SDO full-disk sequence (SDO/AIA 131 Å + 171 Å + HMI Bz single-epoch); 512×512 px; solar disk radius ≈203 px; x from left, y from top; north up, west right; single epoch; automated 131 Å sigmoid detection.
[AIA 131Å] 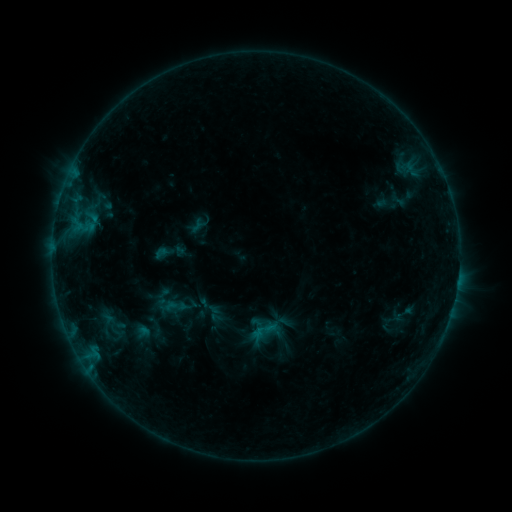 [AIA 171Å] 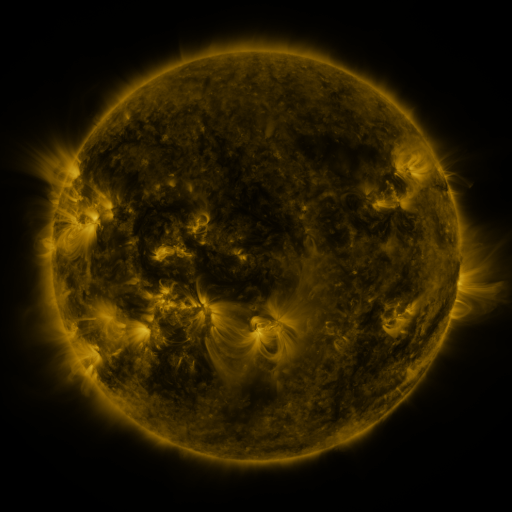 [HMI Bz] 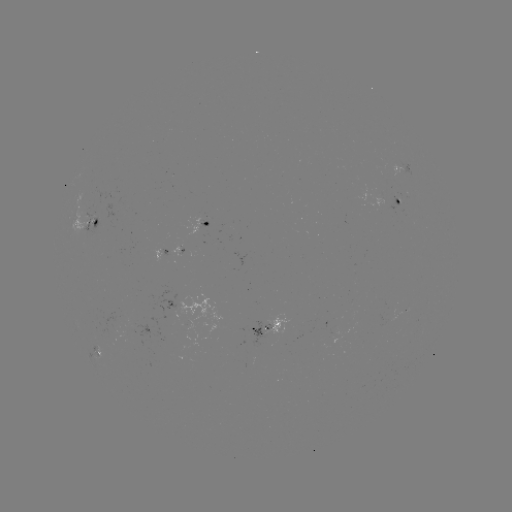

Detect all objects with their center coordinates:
sigmoid: (168, 303)
